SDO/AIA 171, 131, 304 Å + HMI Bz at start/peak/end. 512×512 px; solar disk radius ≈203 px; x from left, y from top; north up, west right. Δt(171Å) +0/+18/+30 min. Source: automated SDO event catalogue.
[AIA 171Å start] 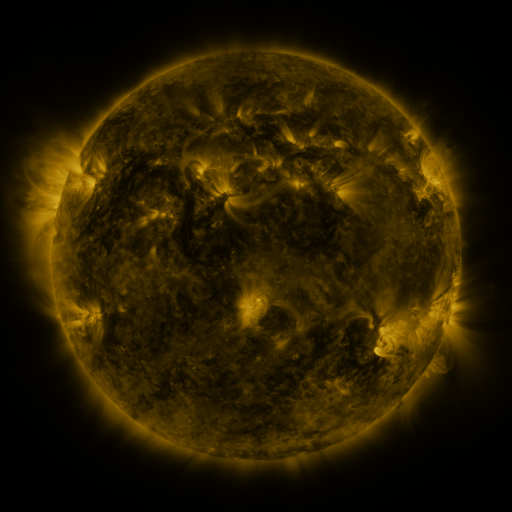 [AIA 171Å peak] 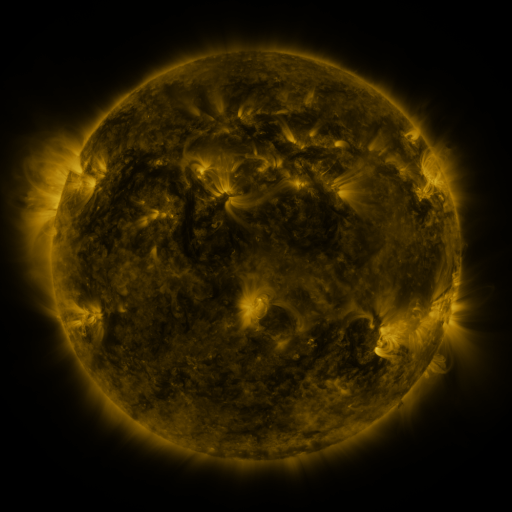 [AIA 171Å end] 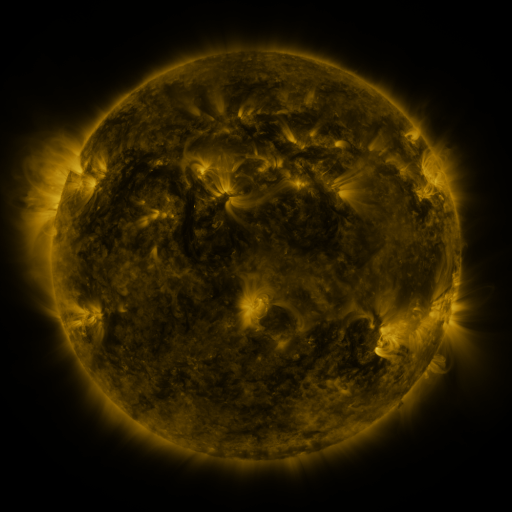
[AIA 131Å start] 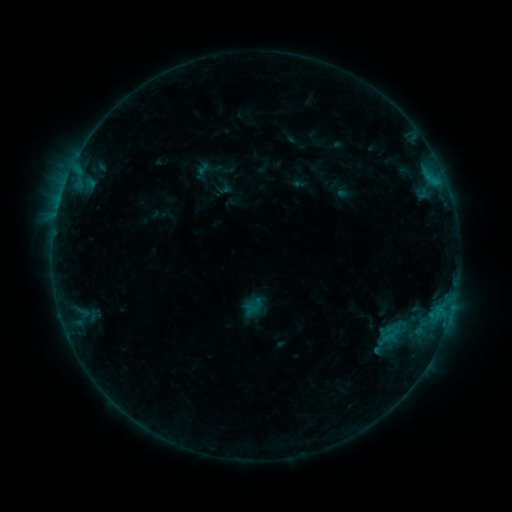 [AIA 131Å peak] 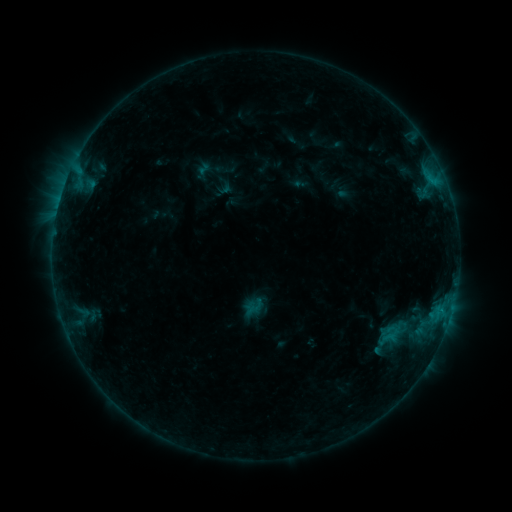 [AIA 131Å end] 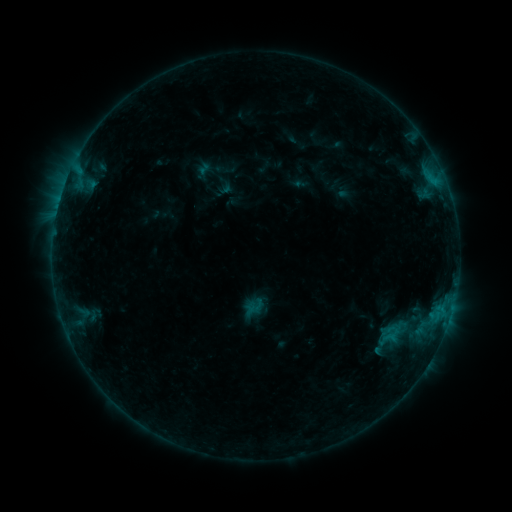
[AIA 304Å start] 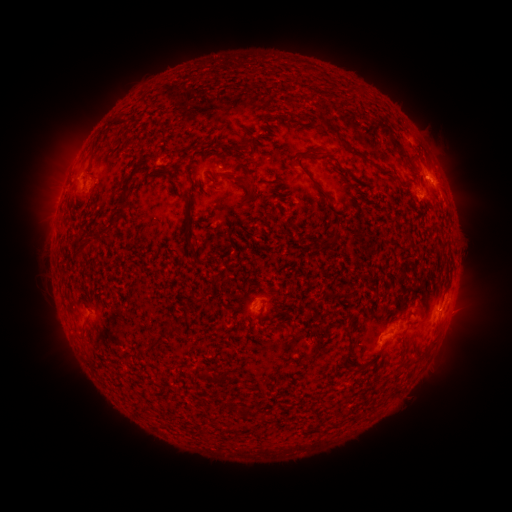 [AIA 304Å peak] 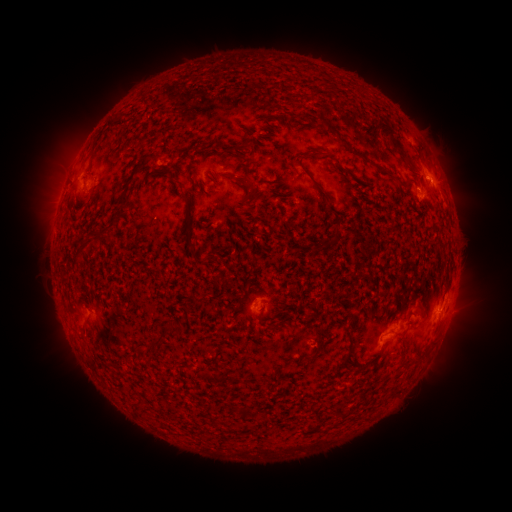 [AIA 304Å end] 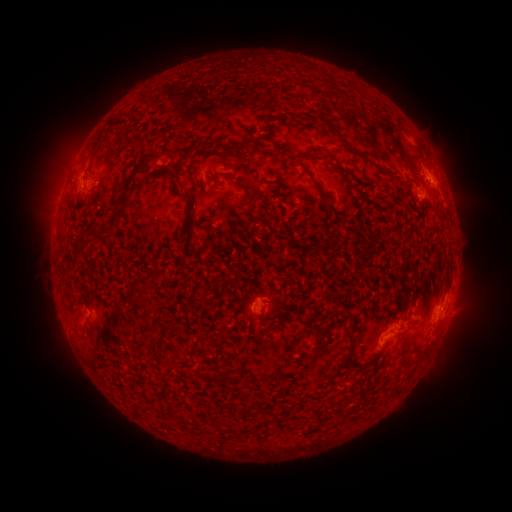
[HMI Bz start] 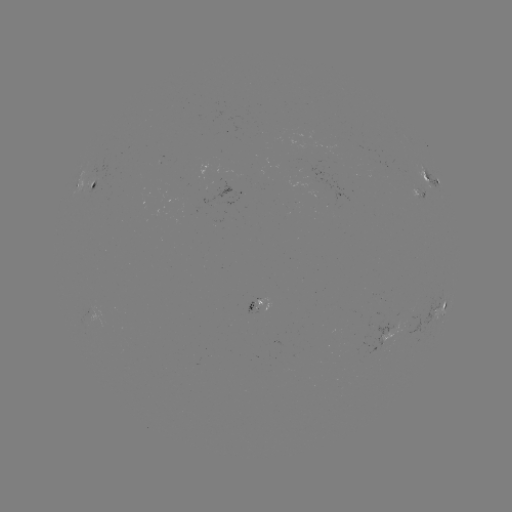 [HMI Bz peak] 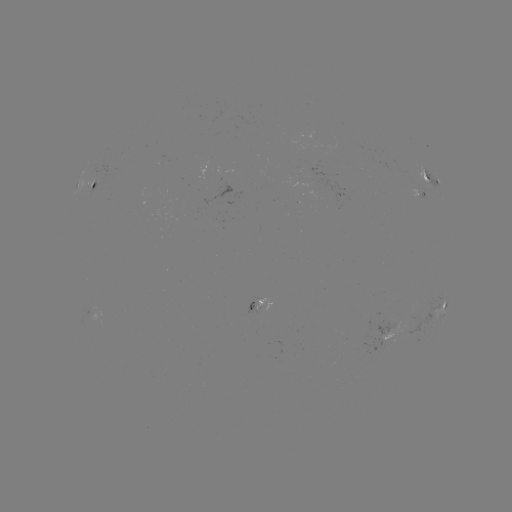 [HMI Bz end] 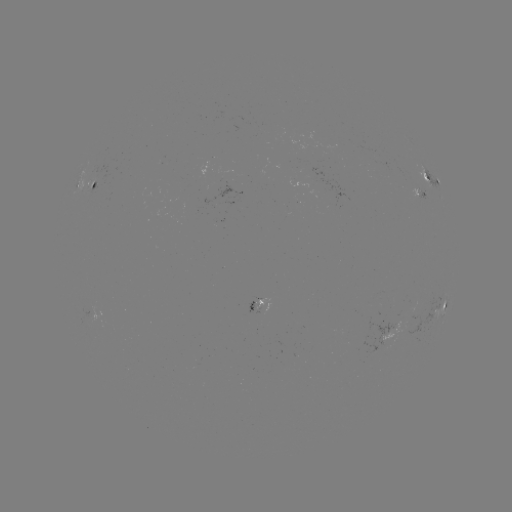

no catalogued flare and no flagged EUV brightening in this window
